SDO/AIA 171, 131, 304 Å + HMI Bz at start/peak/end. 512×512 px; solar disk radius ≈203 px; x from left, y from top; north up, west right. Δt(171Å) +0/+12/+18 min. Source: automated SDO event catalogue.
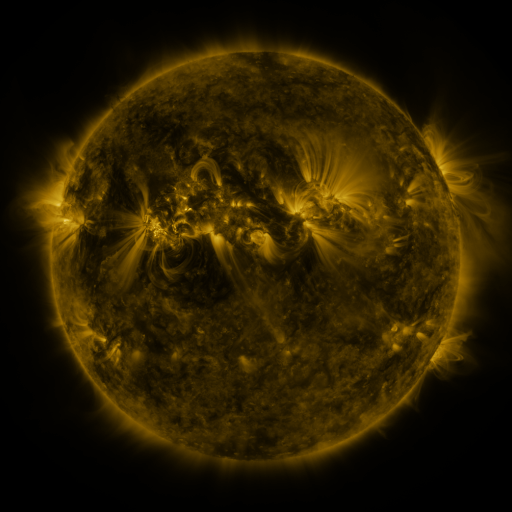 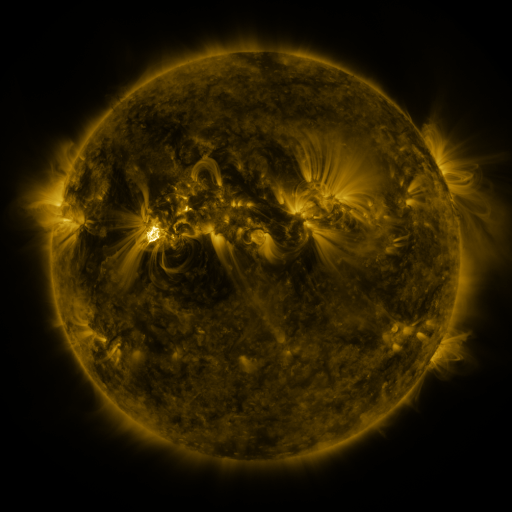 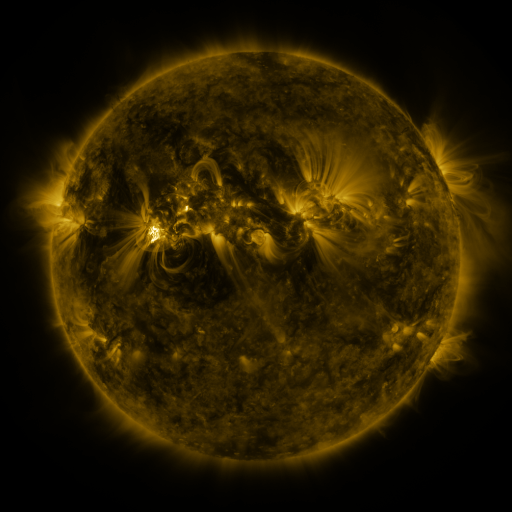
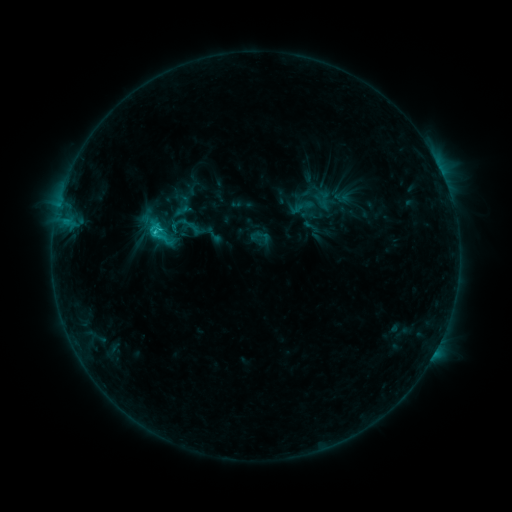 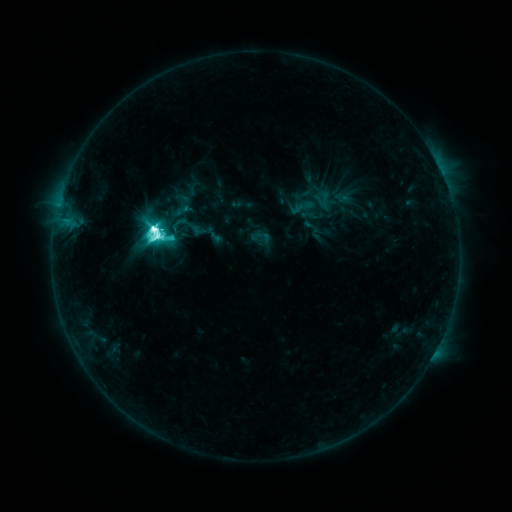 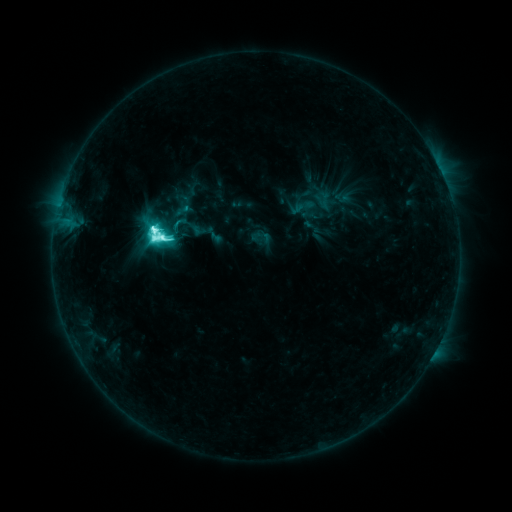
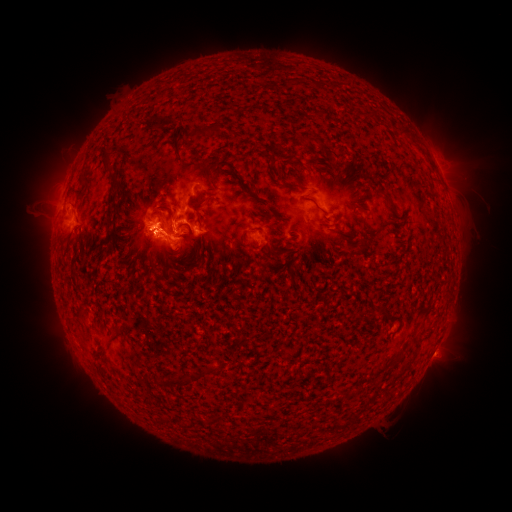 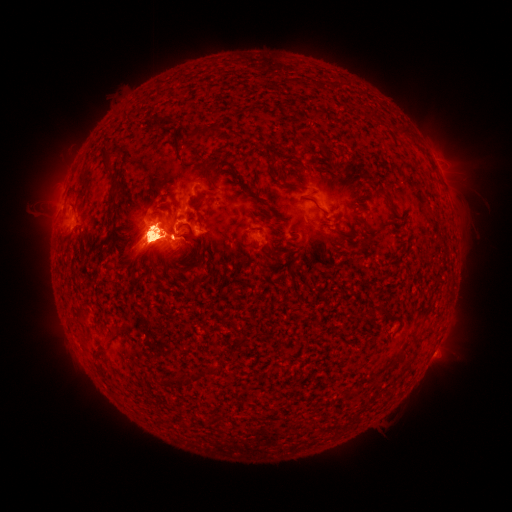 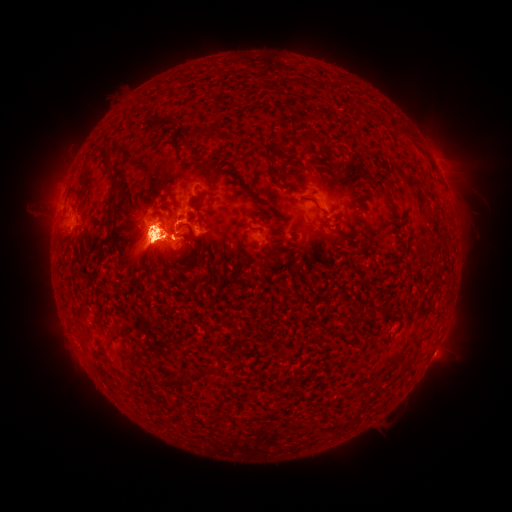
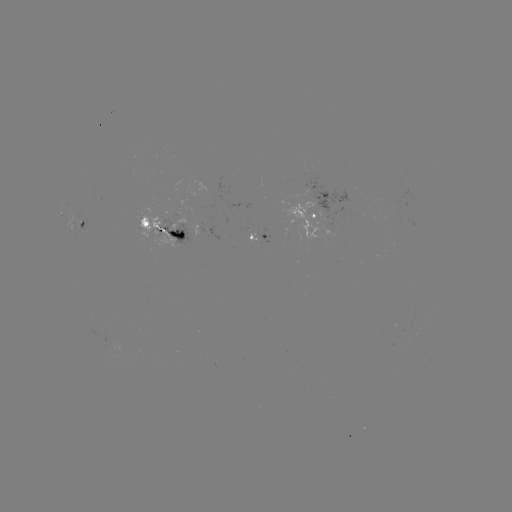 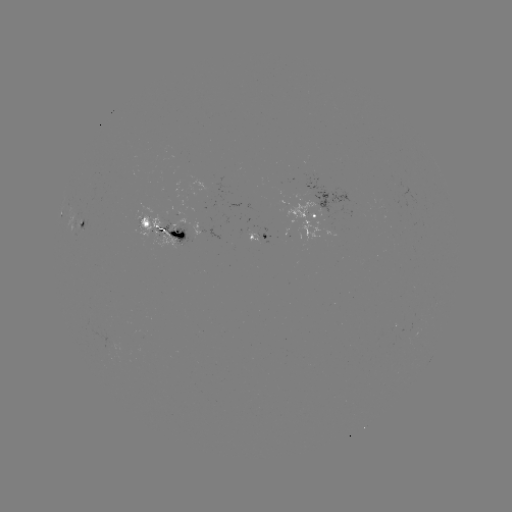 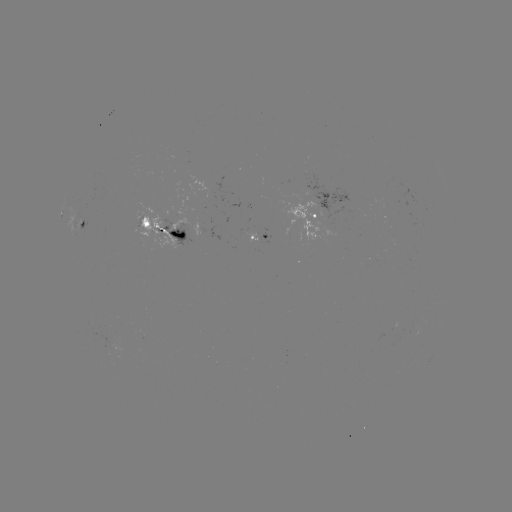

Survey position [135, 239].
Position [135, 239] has eruption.